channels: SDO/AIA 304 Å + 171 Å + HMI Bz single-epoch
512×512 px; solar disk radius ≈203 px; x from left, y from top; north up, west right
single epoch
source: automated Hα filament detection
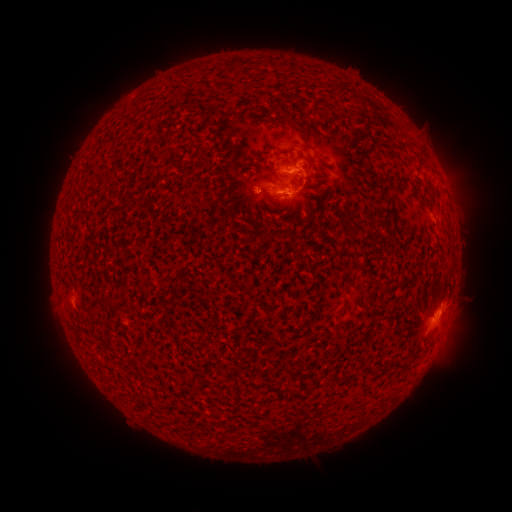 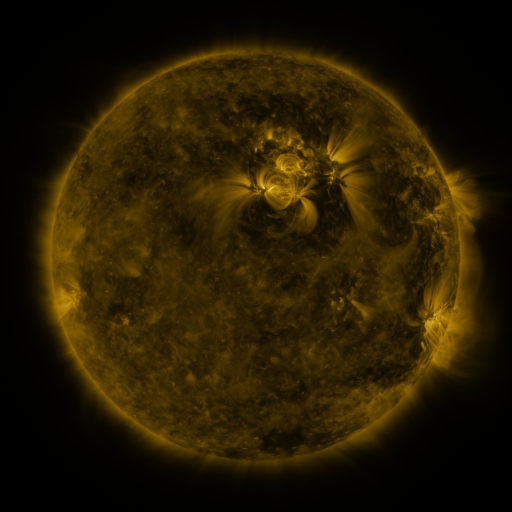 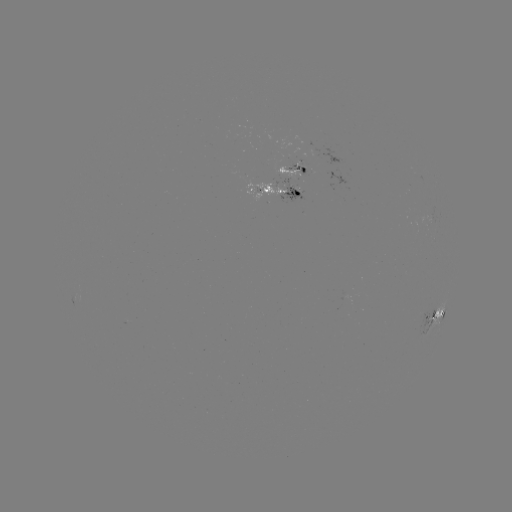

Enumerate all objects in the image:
filament: (342, 89)
filament: (301, 128)
filament: (311, 163)
filament: (267, 177)
filament: (348, 232)
filament: (267, 233)
